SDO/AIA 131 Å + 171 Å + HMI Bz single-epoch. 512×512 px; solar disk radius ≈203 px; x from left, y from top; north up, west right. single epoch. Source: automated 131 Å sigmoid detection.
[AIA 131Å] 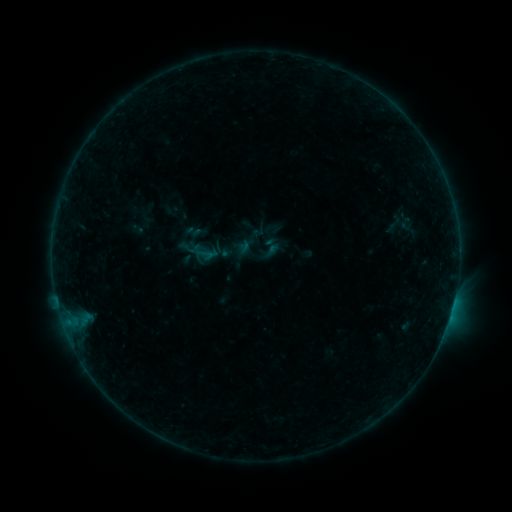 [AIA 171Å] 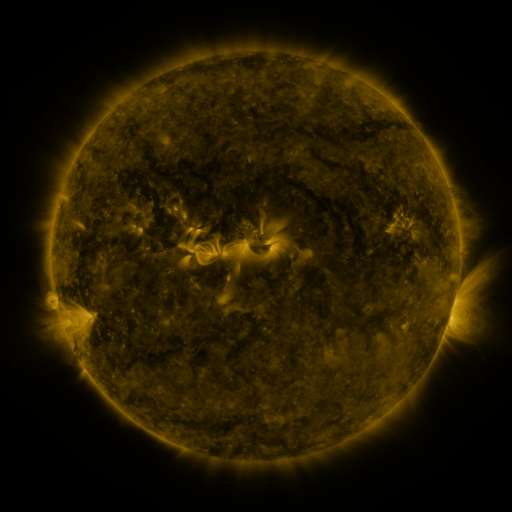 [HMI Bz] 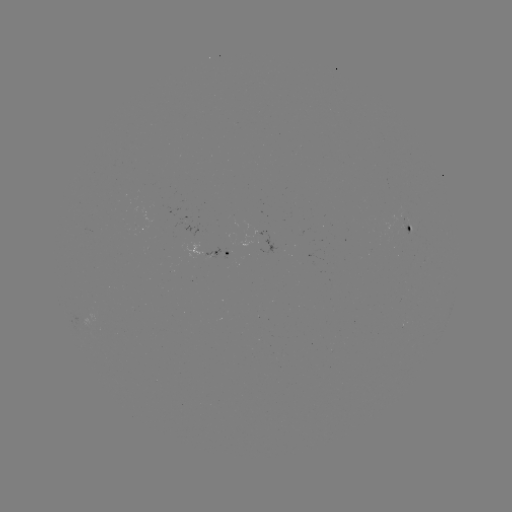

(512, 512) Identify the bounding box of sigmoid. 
[259, 242, 277, 260].